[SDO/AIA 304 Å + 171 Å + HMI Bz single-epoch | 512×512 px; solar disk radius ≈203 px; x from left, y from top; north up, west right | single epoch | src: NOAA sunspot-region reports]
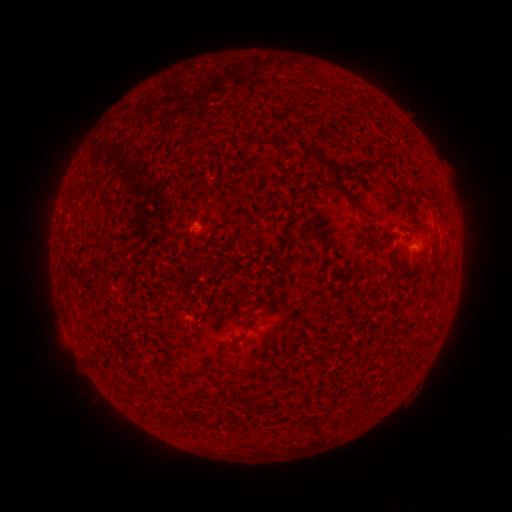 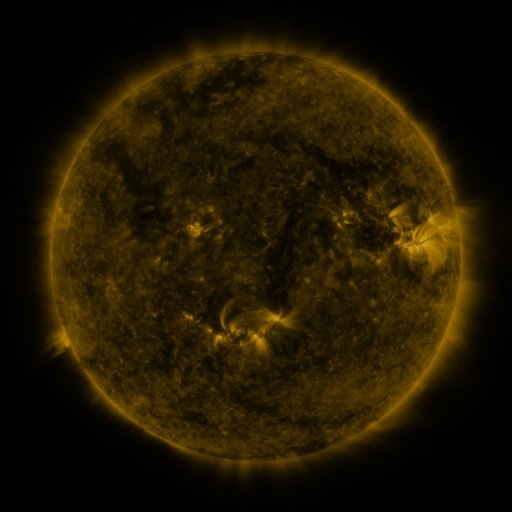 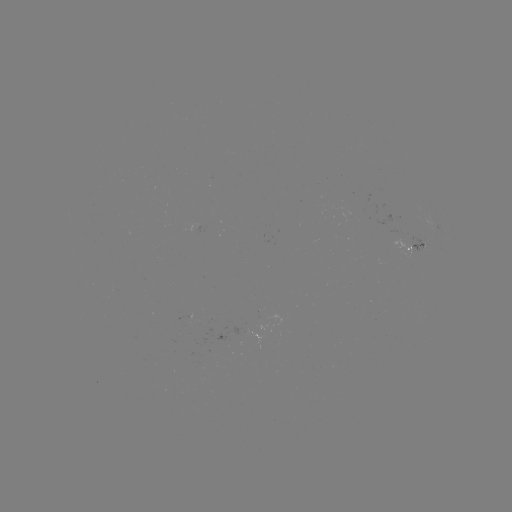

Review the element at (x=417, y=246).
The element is spotted active region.